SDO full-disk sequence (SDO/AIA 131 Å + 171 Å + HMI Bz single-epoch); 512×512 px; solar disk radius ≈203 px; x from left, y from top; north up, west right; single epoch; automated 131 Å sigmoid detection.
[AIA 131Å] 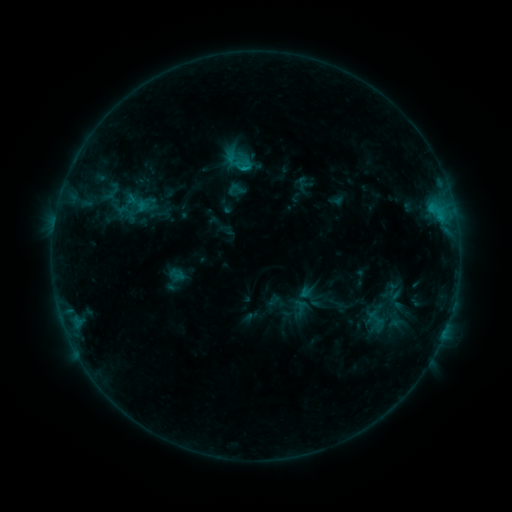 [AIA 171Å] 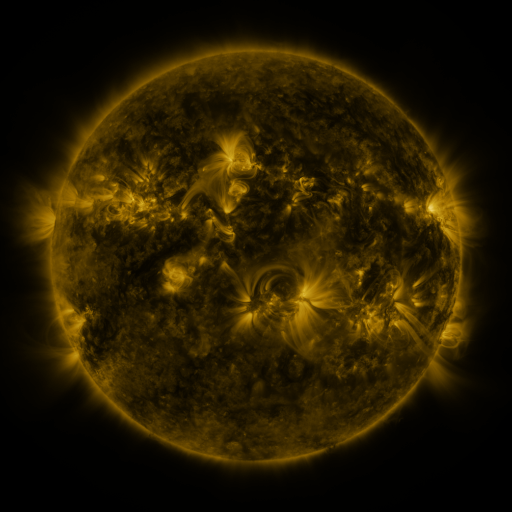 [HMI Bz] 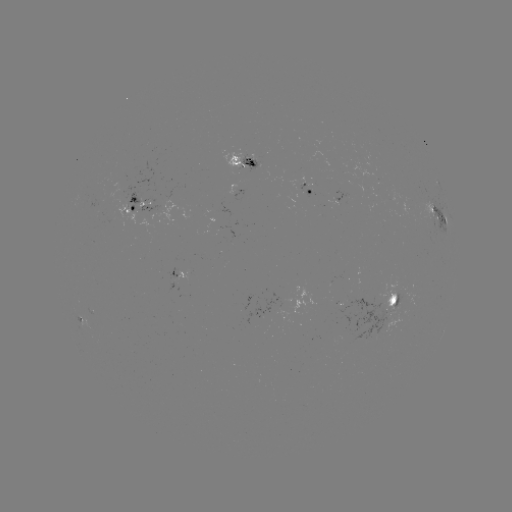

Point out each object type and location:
sigmoid: (131, 198, 147, 214)
sigmoid: (365, 306, 385, 329)
